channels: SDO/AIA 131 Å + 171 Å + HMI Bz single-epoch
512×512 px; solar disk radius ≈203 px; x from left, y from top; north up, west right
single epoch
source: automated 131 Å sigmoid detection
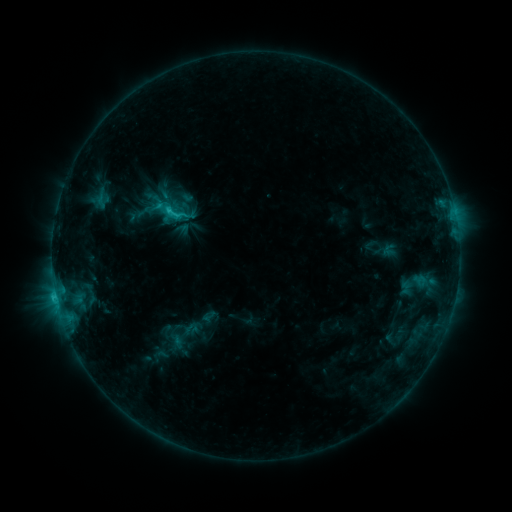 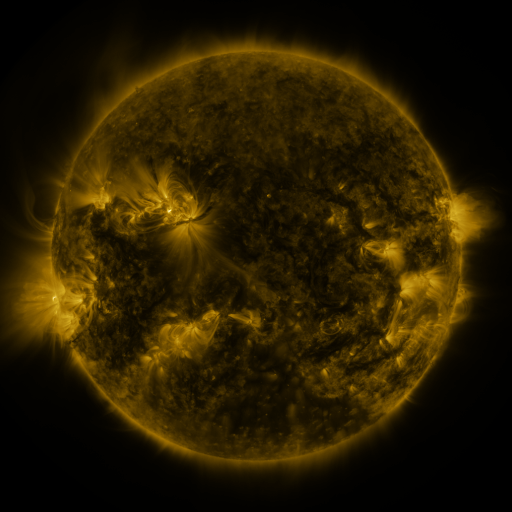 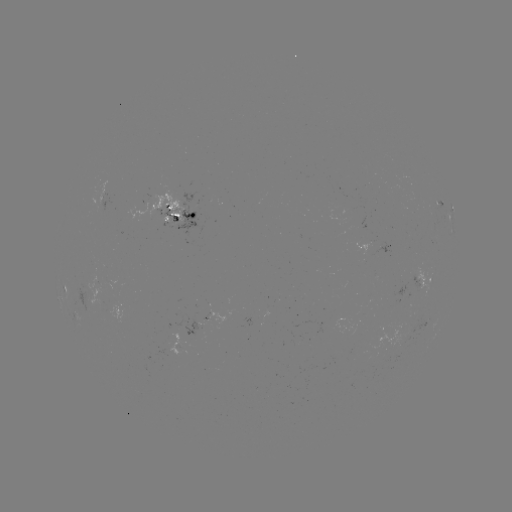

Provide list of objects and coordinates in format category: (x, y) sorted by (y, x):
sigmoid: (173, 212)
sigmoid: (390, 249)
